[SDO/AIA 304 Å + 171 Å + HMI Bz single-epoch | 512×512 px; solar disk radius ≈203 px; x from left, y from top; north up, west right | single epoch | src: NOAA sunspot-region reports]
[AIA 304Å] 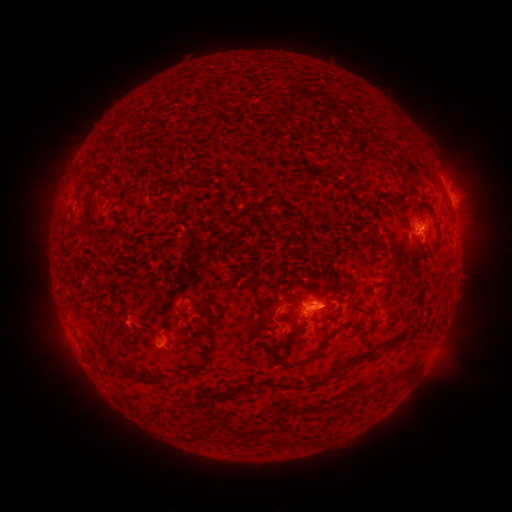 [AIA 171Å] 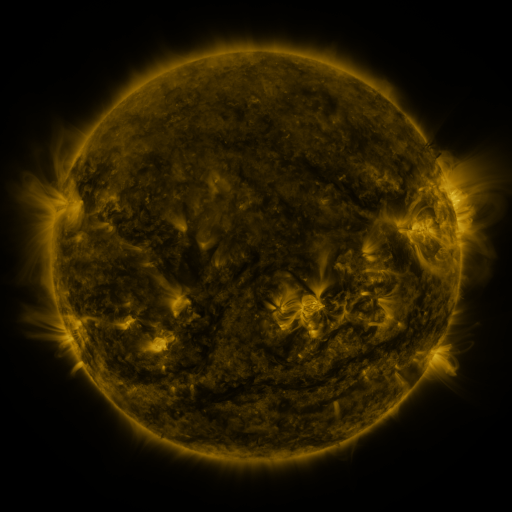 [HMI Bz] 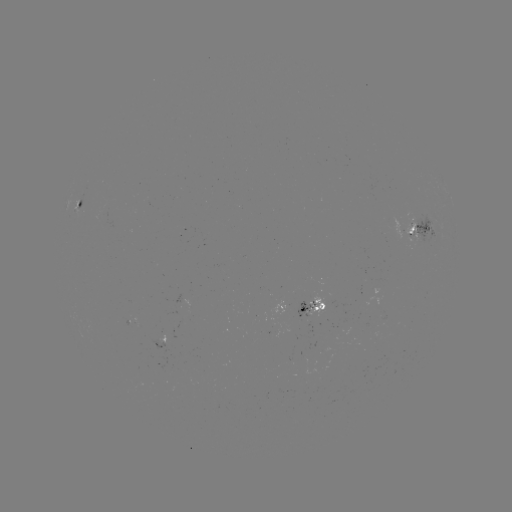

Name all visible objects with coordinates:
spotted active region: (82, 205)
spotted active region: (421, 230)
spotted active region: (304, 306)
